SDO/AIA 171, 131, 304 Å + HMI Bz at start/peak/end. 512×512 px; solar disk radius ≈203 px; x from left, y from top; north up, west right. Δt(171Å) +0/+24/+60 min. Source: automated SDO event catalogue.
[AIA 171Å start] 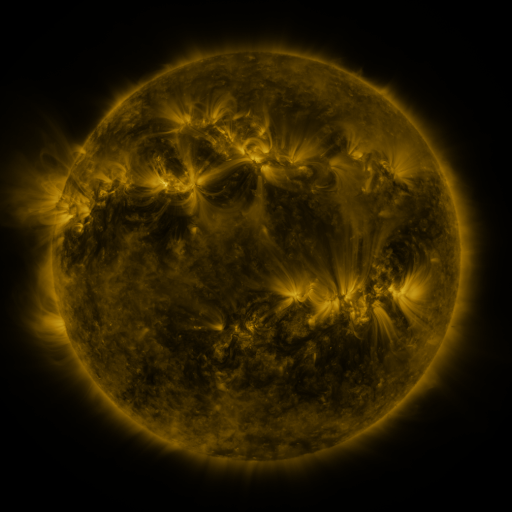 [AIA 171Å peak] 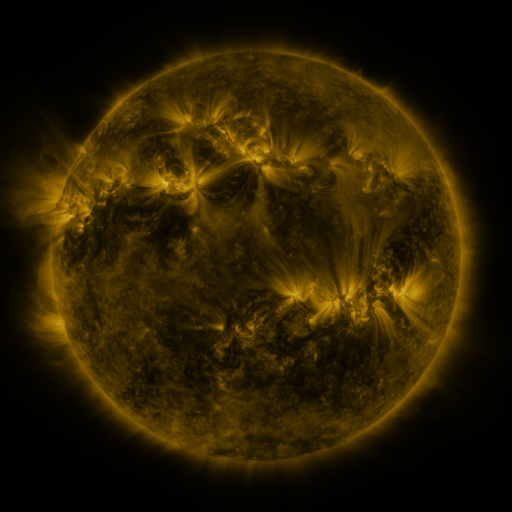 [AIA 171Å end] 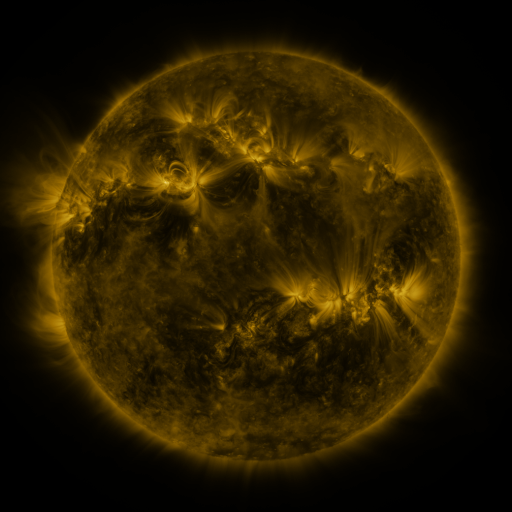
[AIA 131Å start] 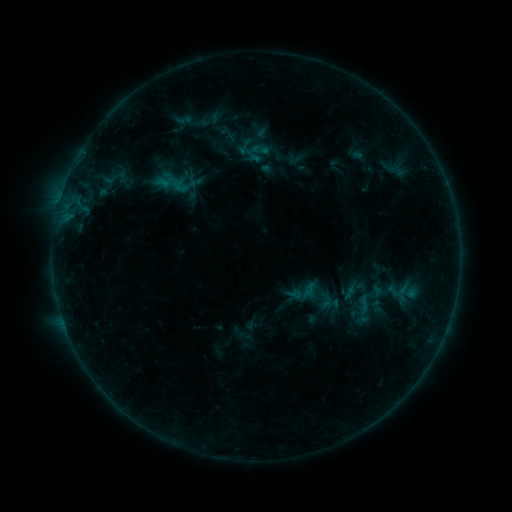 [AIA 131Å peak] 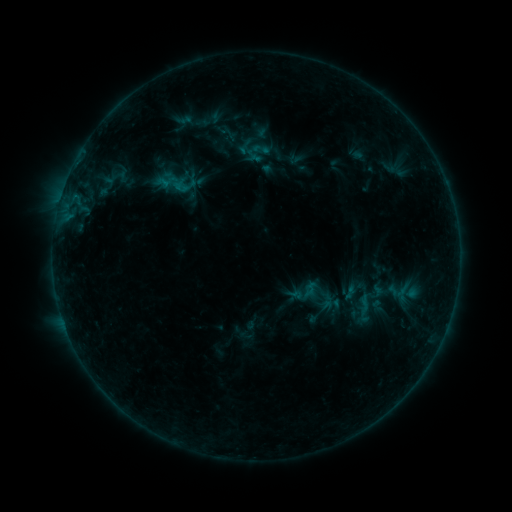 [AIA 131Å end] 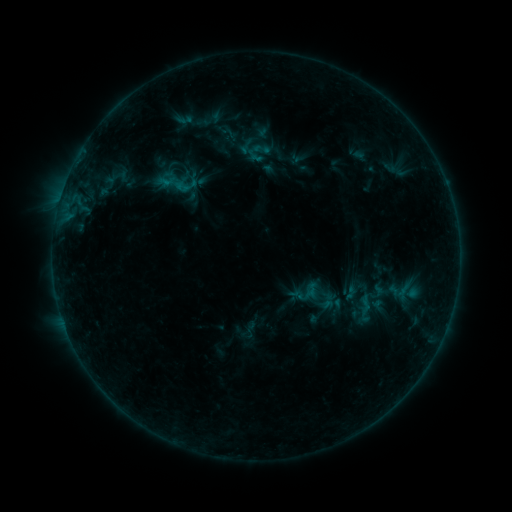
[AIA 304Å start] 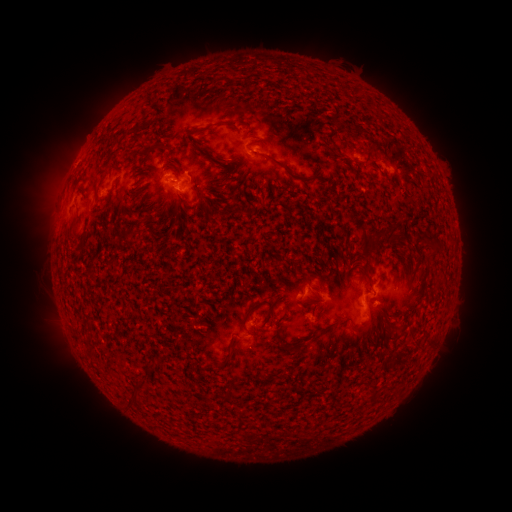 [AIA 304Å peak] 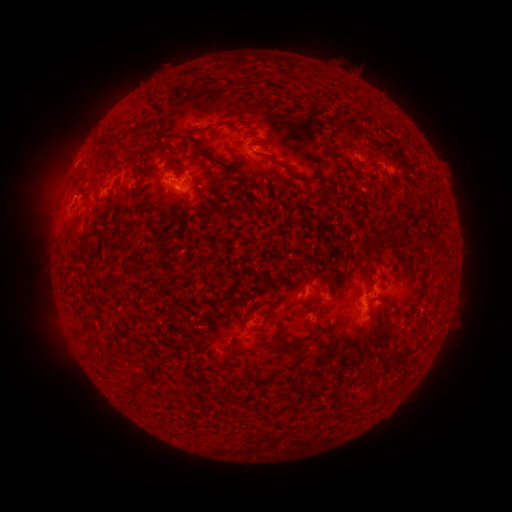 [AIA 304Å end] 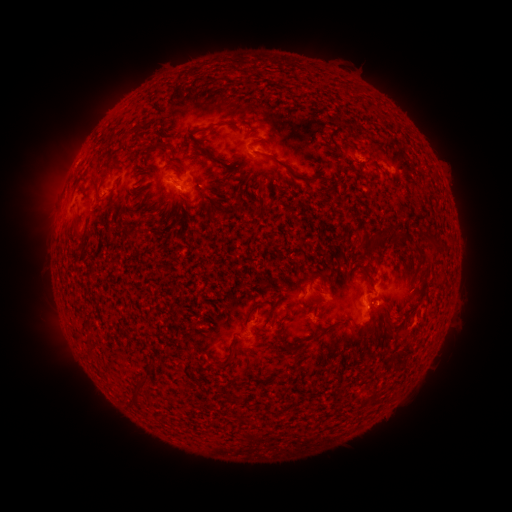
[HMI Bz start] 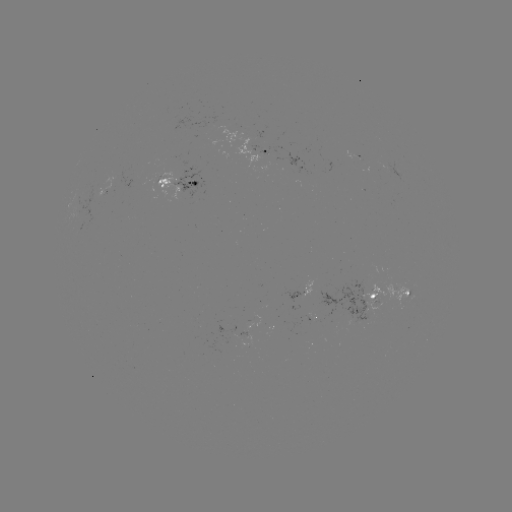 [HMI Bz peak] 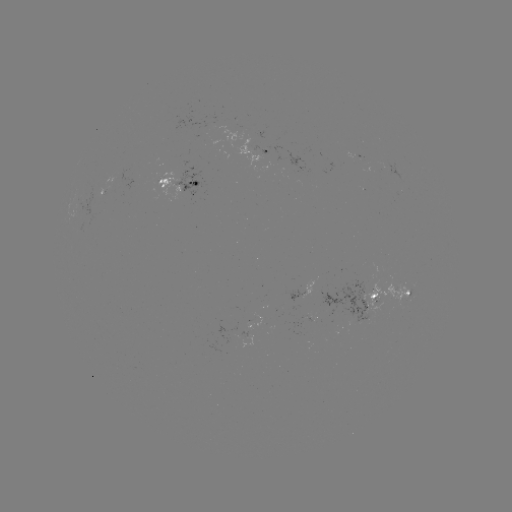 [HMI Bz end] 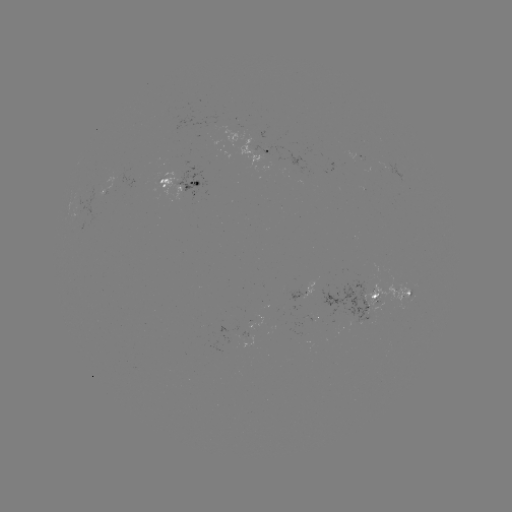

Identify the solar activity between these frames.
emerging-flux region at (168, 183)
